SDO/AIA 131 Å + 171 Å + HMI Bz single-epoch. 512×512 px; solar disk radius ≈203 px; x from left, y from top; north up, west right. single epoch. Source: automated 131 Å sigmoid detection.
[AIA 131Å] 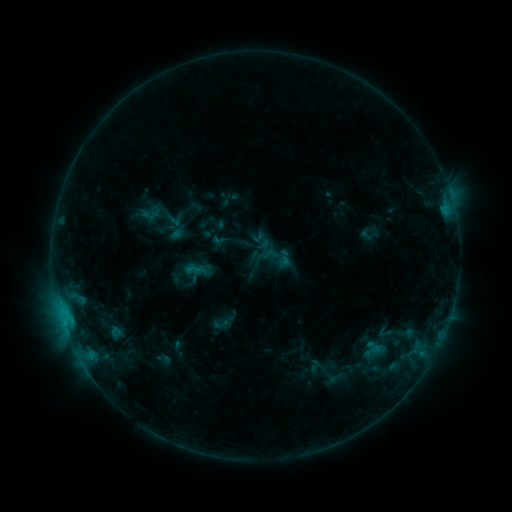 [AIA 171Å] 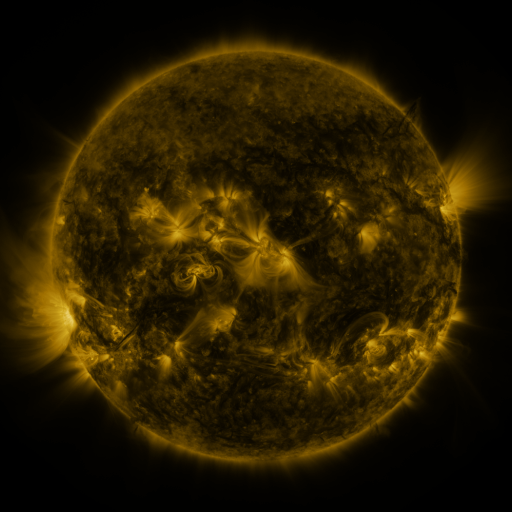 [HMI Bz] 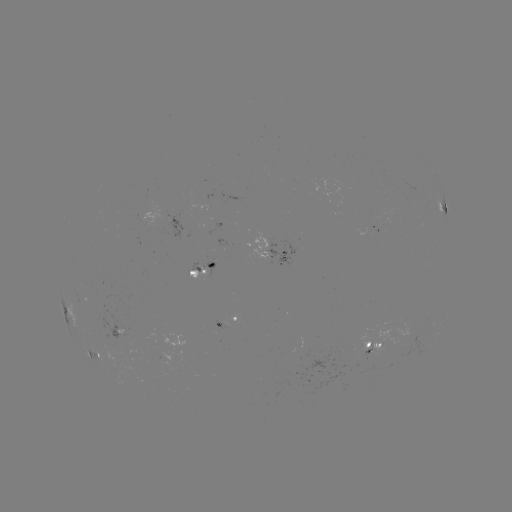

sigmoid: [181, 254, 206, 282]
